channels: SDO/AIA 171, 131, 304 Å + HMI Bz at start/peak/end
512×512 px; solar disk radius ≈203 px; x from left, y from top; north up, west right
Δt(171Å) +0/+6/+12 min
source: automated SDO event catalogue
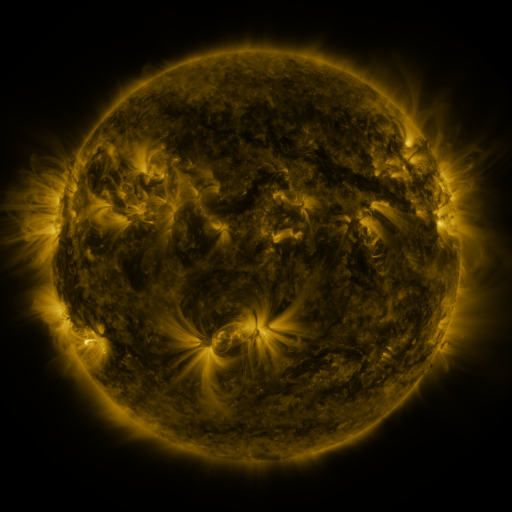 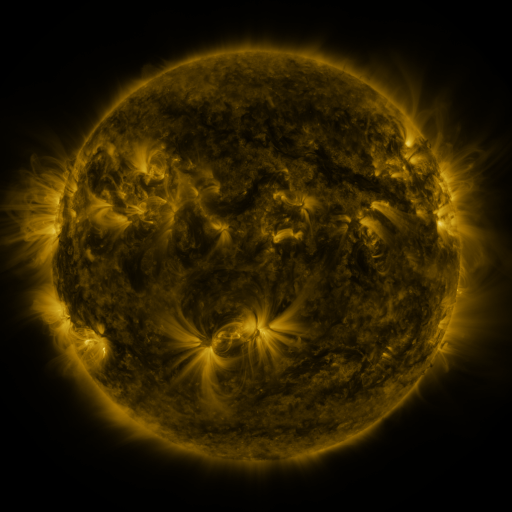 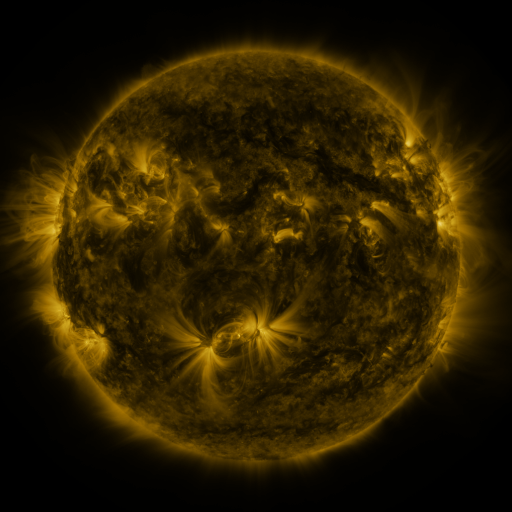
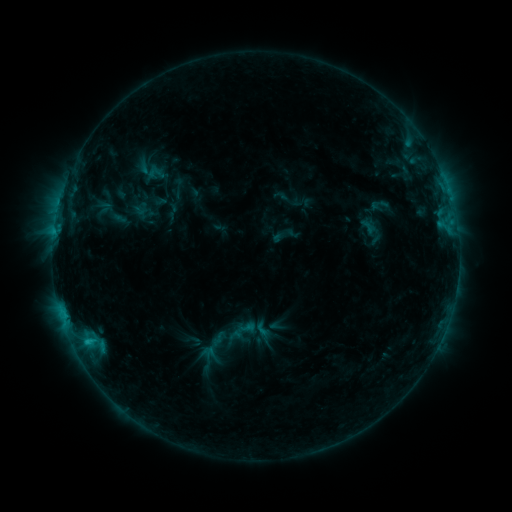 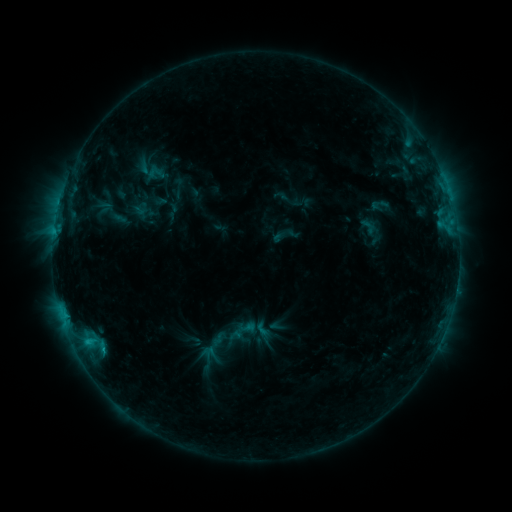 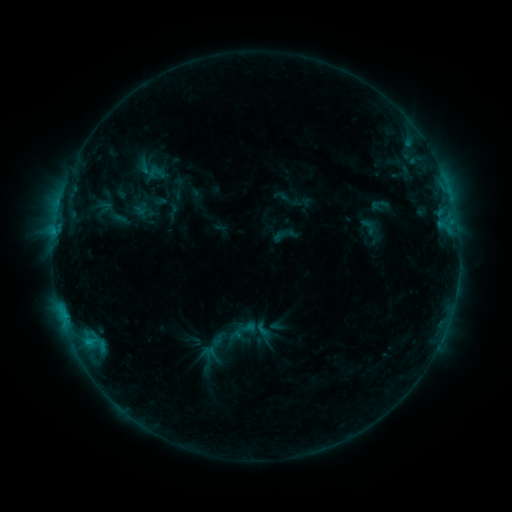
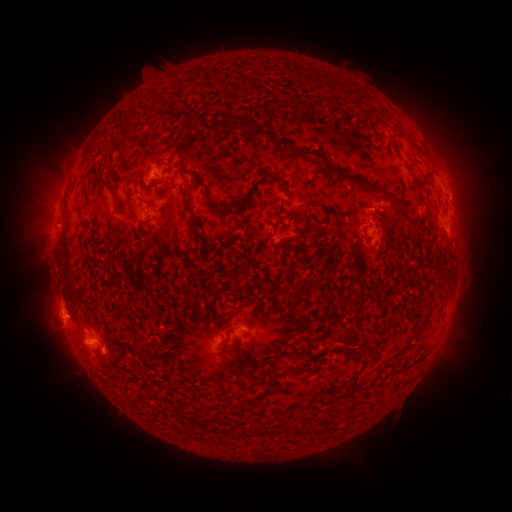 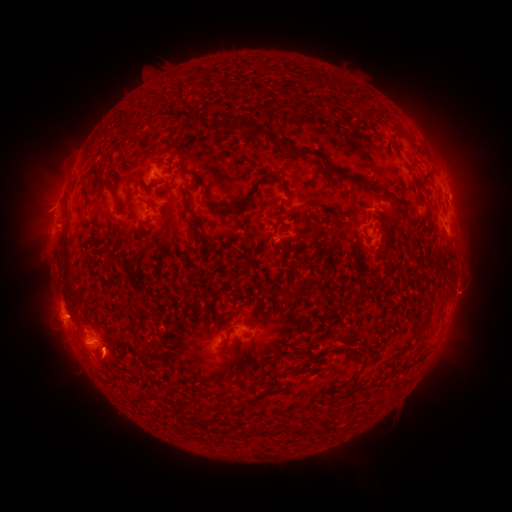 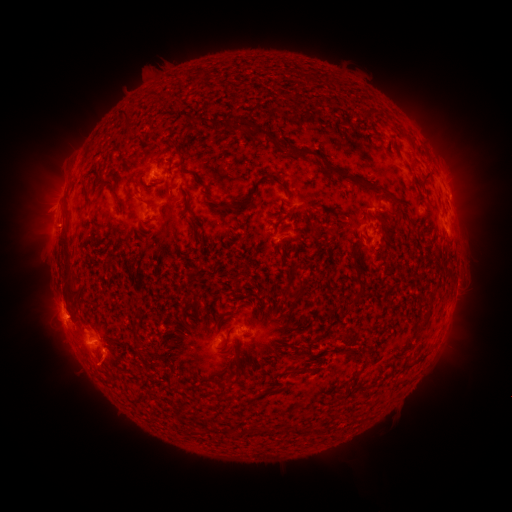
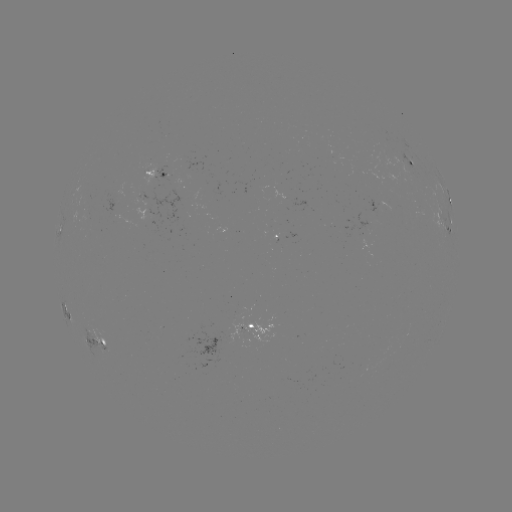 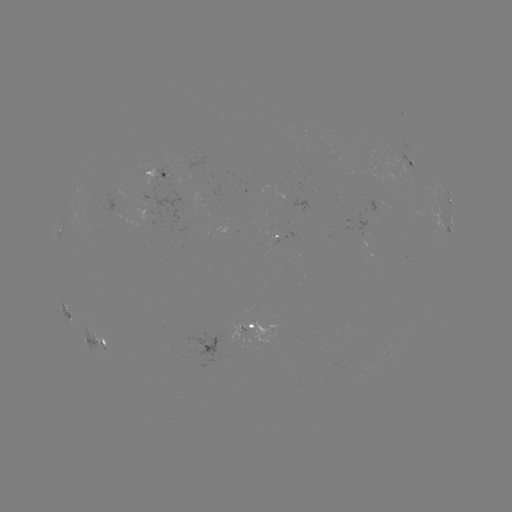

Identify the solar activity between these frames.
eruption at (105, 367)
